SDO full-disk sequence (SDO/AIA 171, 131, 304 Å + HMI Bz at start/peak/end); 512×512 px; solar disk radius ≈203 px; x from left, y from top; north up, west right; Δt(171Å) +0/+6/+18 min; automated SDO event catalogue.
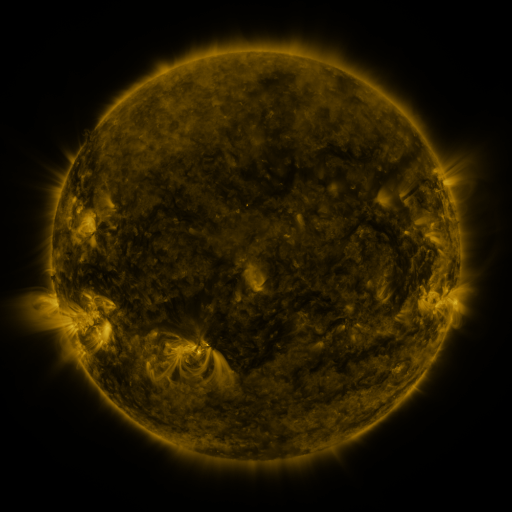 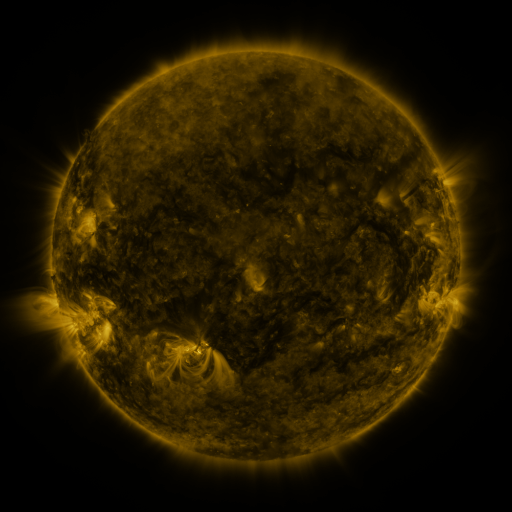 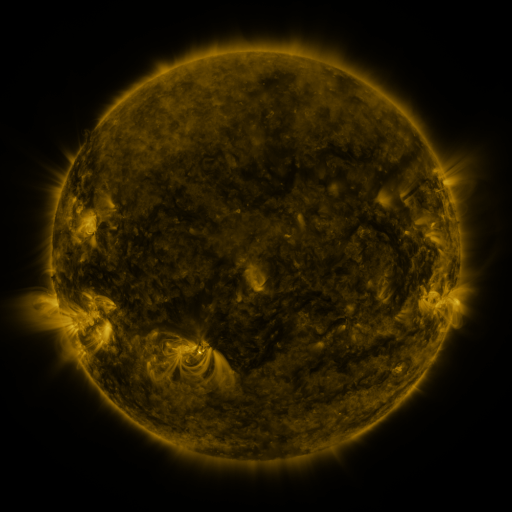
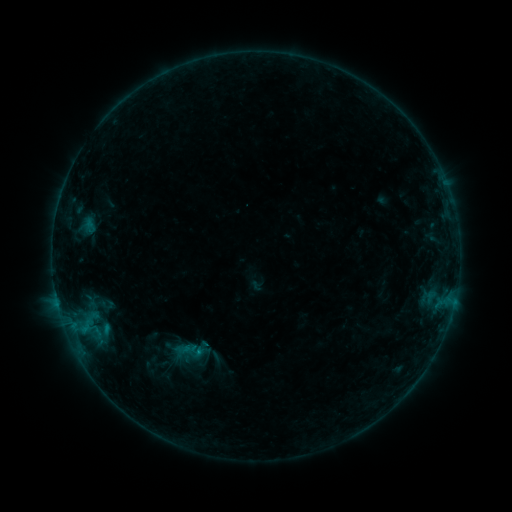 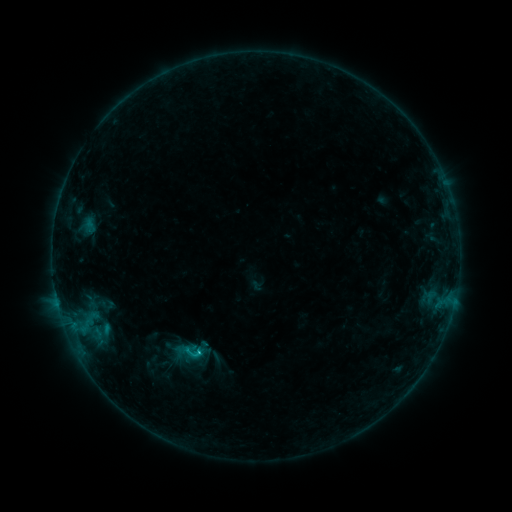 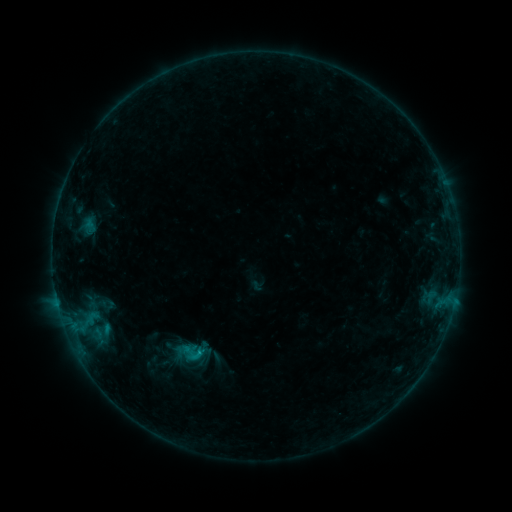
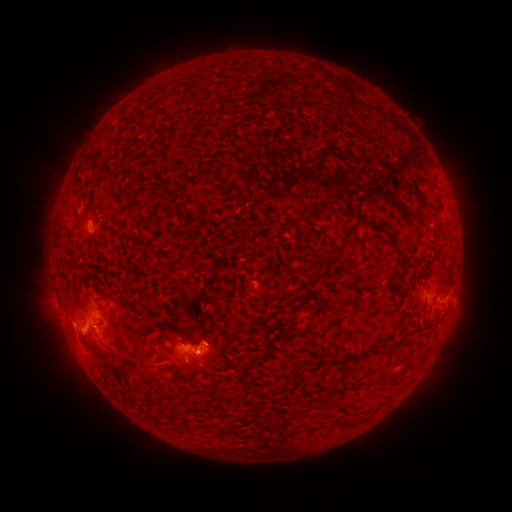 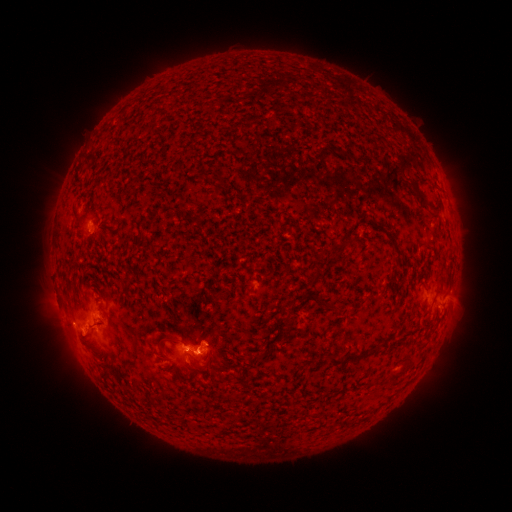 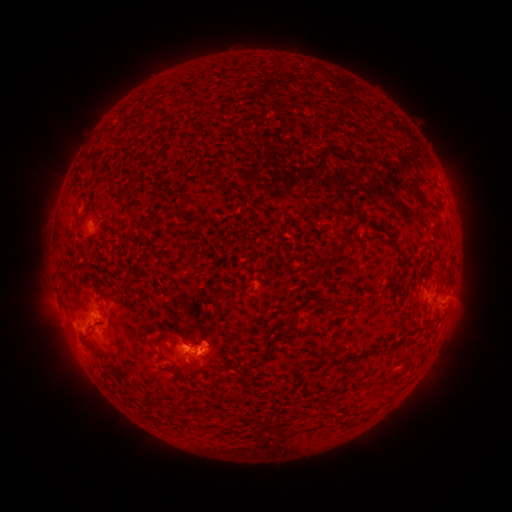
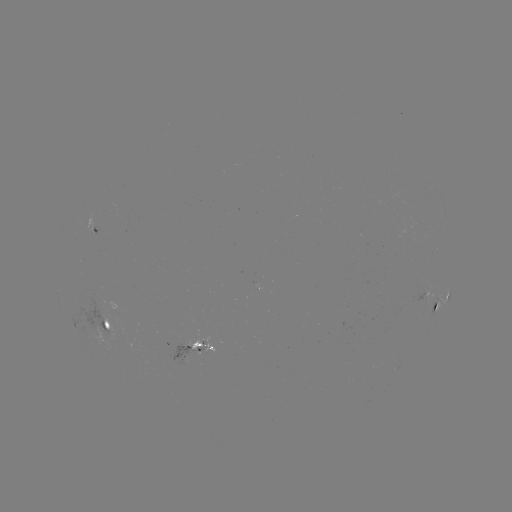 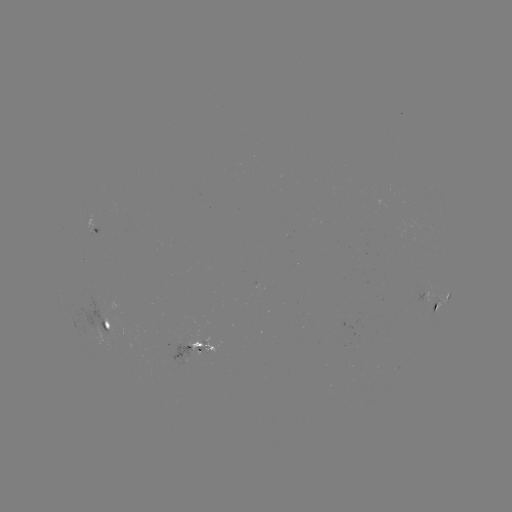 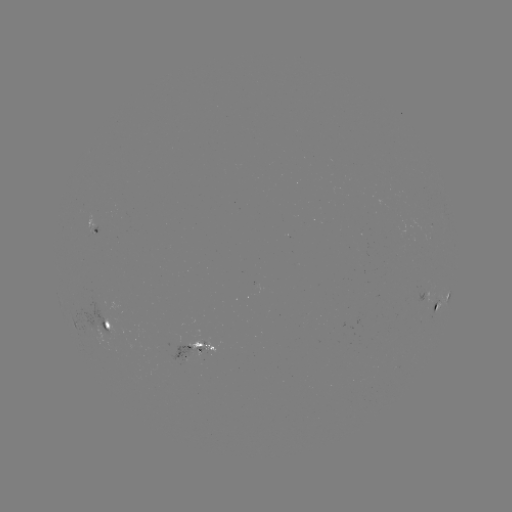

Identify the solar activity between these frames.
C1.0 flare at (200, 351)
